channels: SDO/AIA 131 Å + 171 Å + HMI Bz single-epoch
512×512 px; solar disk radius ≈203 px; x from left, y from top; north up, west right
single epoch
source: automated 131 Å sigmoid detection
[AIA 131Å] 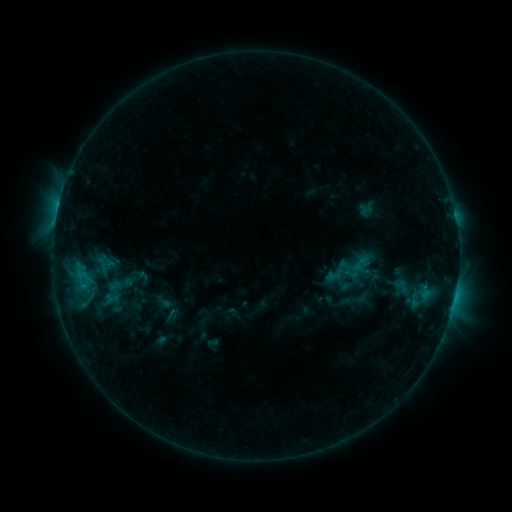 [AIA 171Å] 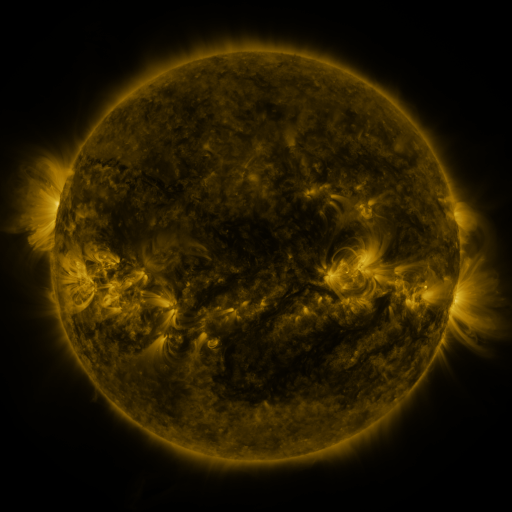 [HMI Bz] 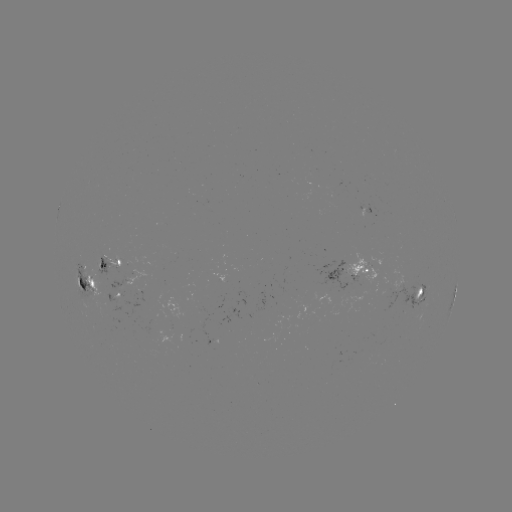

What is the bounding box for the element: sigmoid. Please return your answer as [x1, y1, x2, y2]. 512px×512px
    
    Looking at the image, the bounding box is [339, 255, 359, 278].